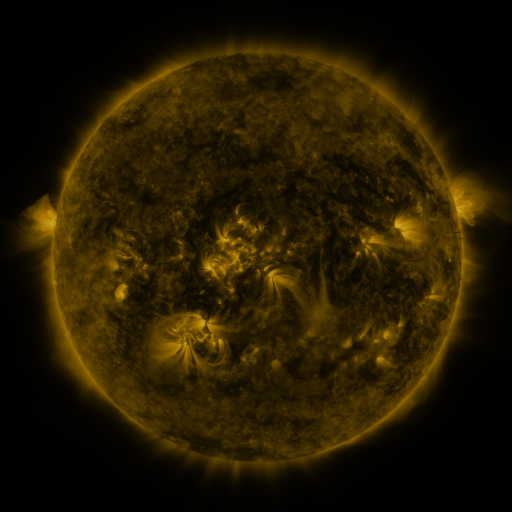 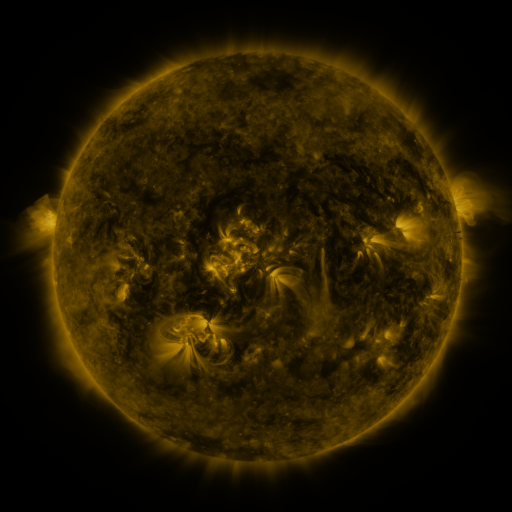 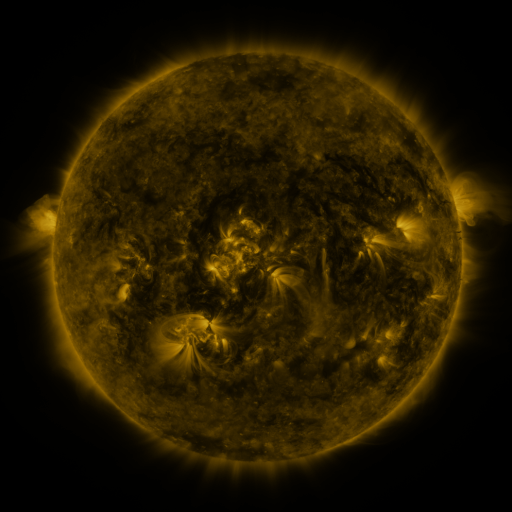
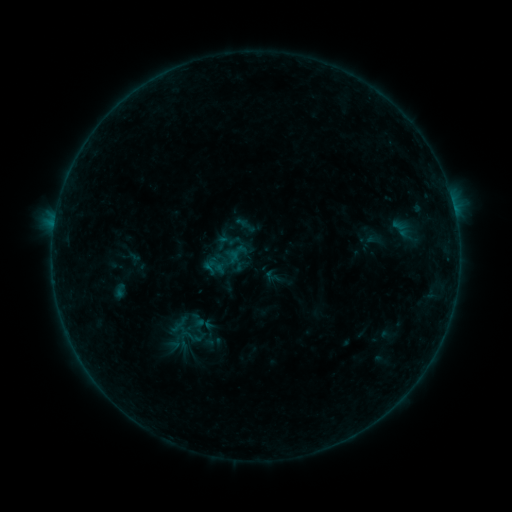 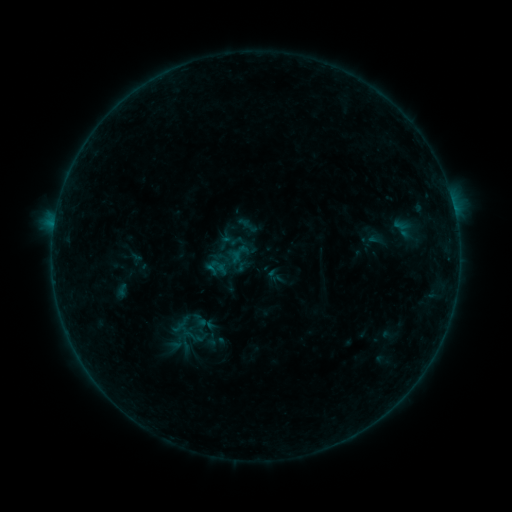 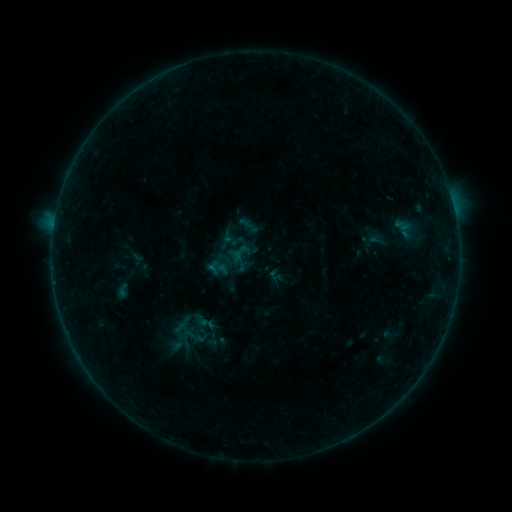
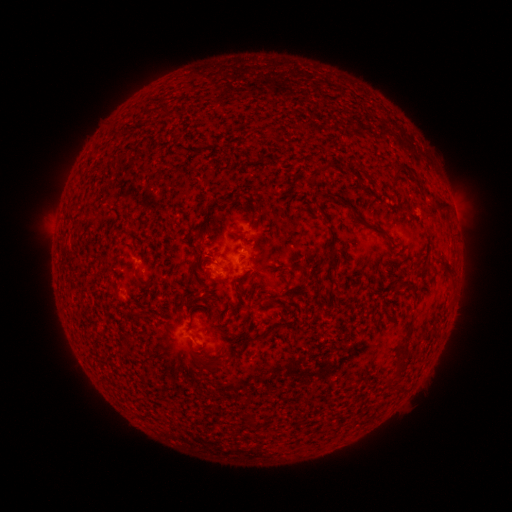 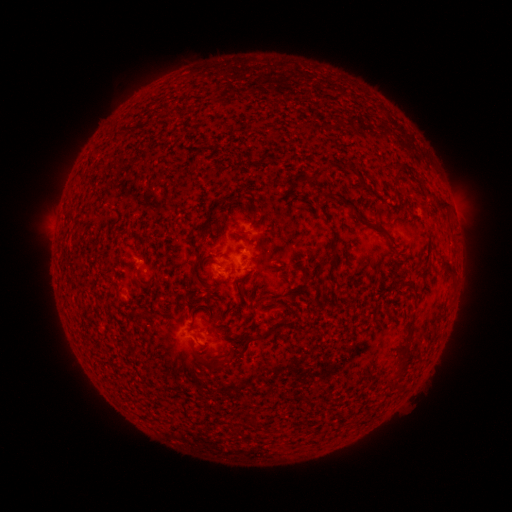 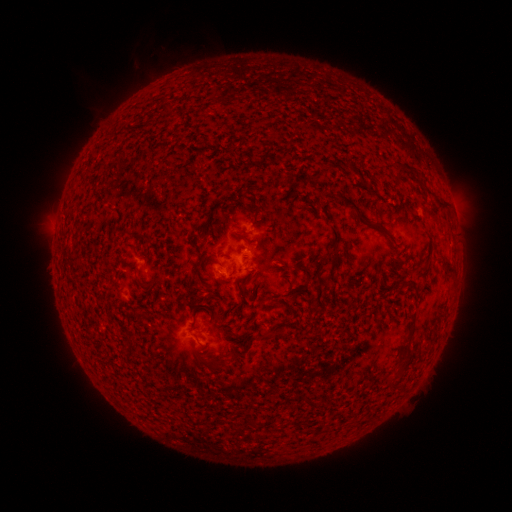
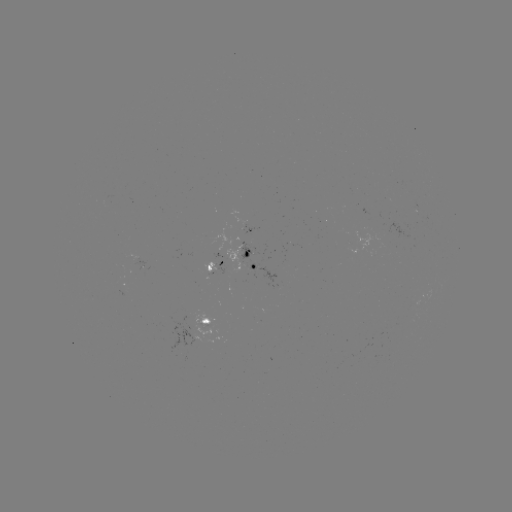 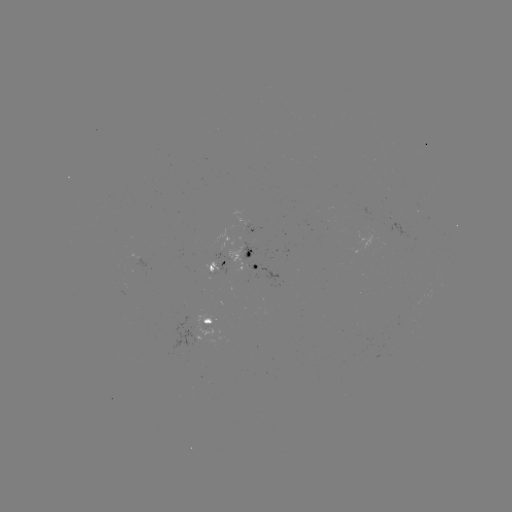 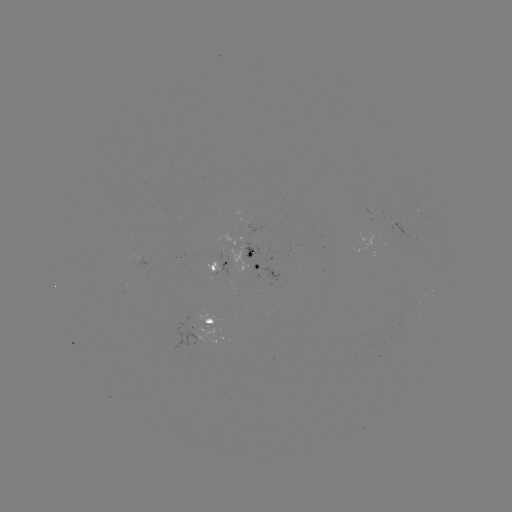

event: emerging-flux region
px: (128, 254)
